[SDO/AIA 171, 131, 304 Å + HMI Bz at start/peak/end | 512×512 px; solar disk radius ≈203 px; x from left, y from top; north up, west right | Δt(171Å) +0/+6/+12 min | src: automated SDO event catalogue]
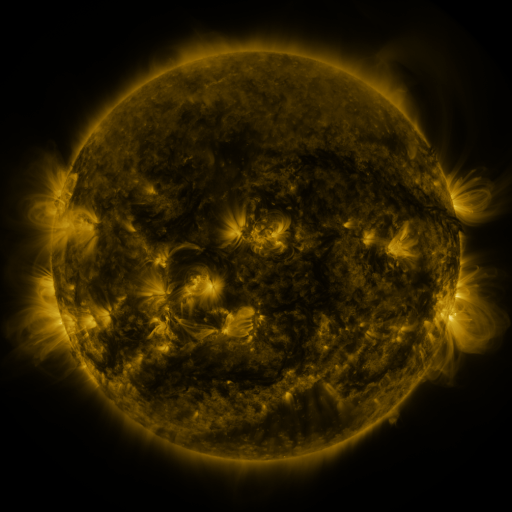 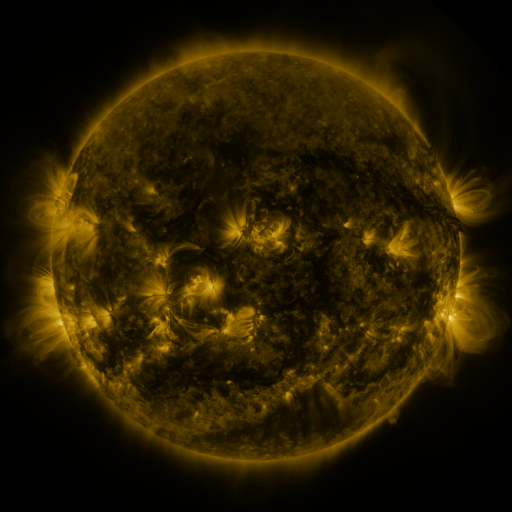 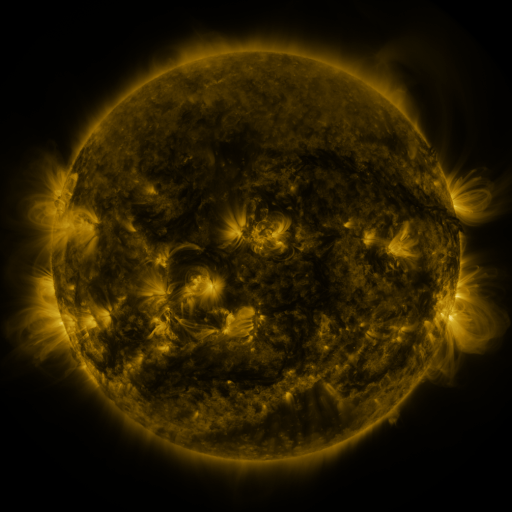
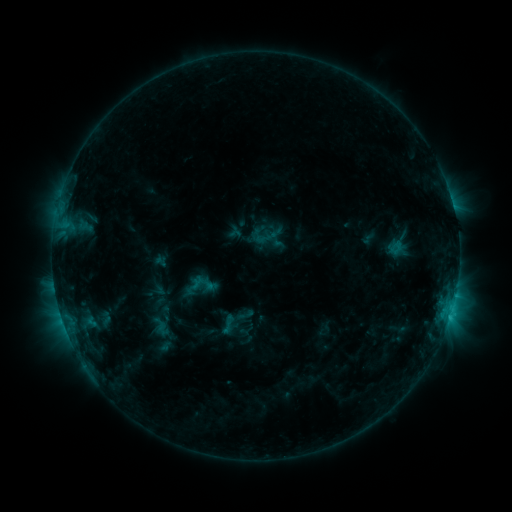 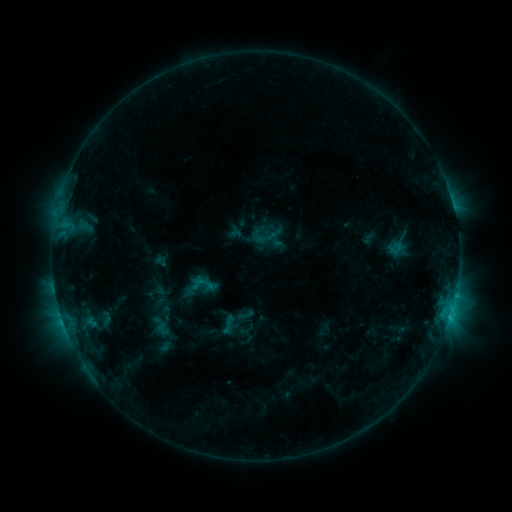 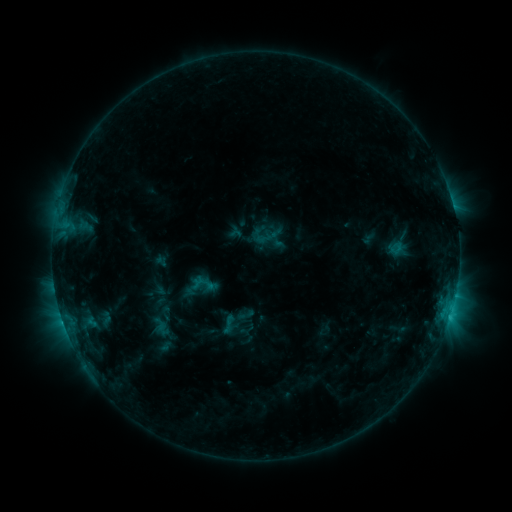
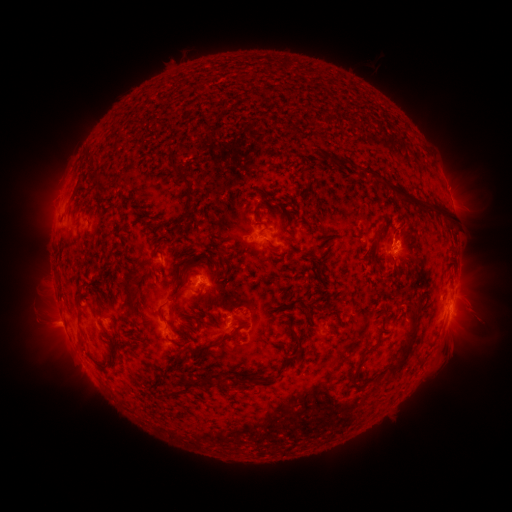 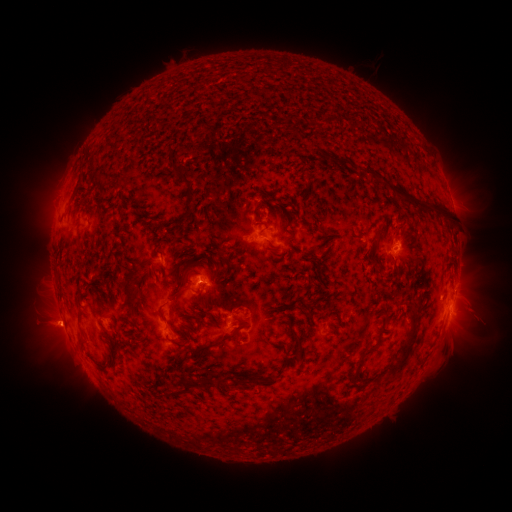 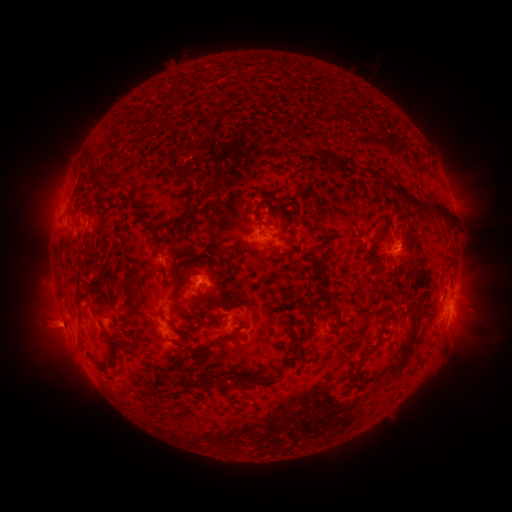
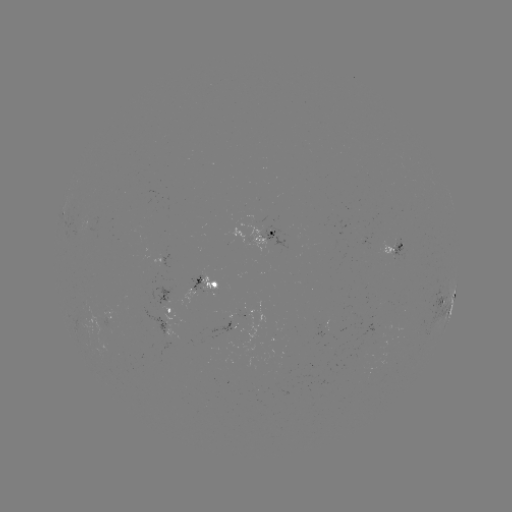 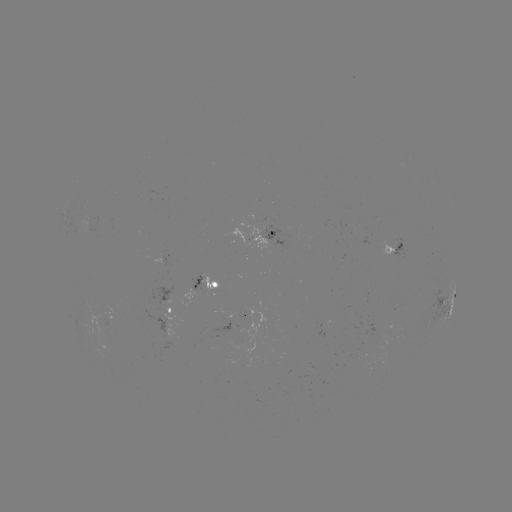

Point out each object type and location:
eruption: (52, 329)
